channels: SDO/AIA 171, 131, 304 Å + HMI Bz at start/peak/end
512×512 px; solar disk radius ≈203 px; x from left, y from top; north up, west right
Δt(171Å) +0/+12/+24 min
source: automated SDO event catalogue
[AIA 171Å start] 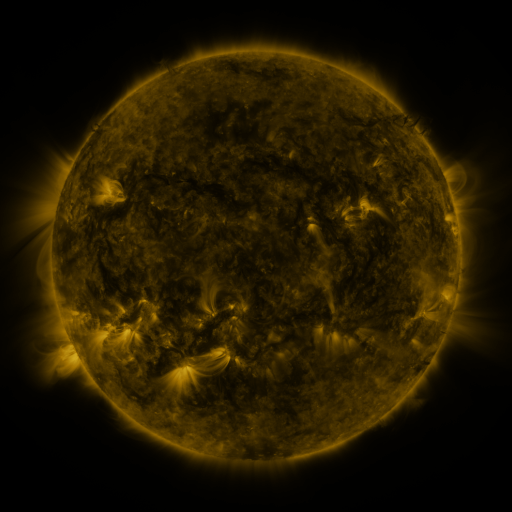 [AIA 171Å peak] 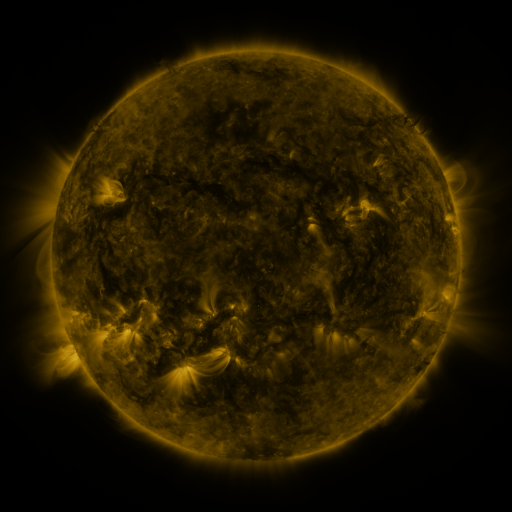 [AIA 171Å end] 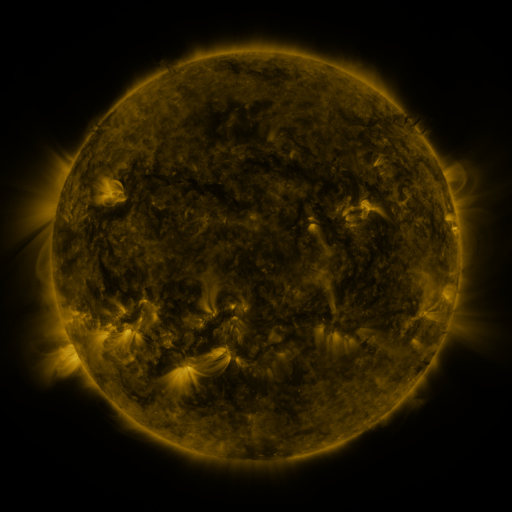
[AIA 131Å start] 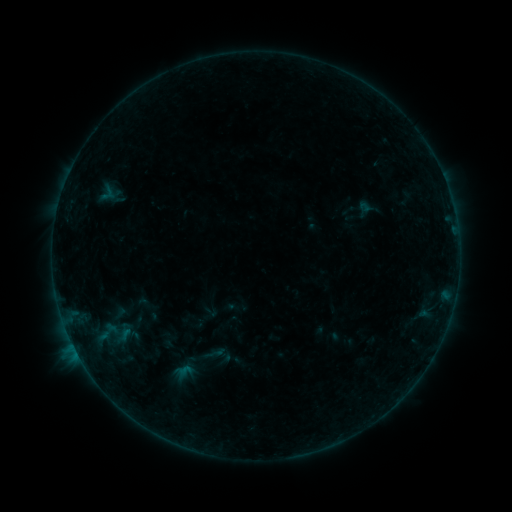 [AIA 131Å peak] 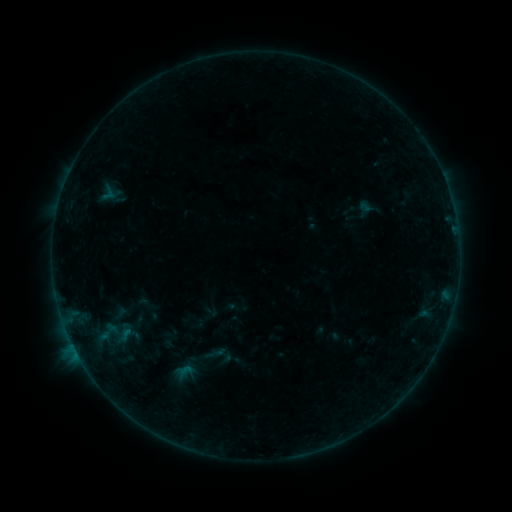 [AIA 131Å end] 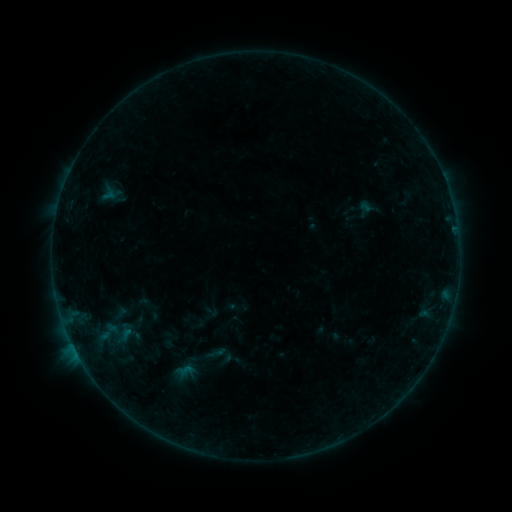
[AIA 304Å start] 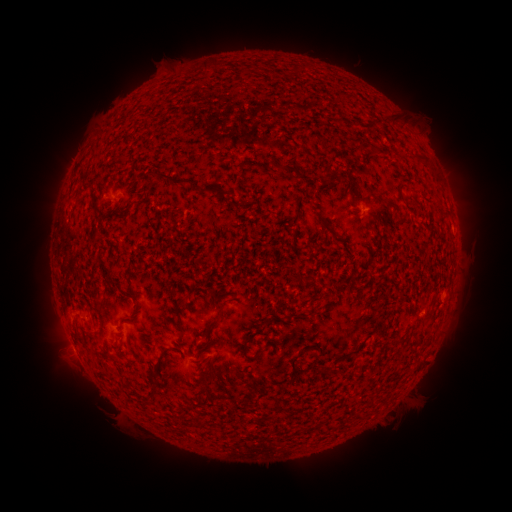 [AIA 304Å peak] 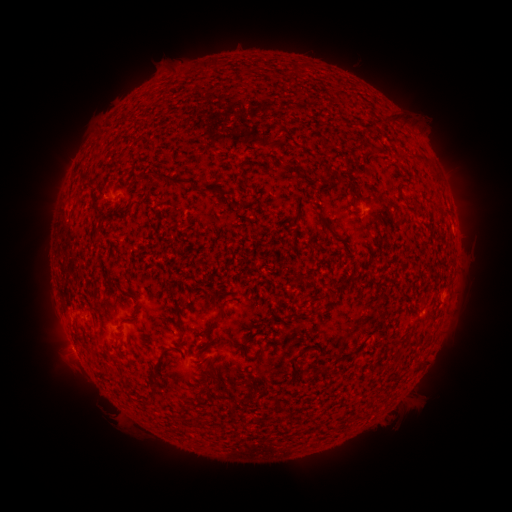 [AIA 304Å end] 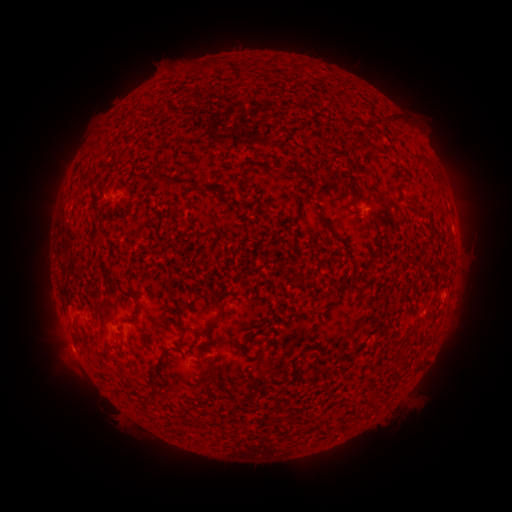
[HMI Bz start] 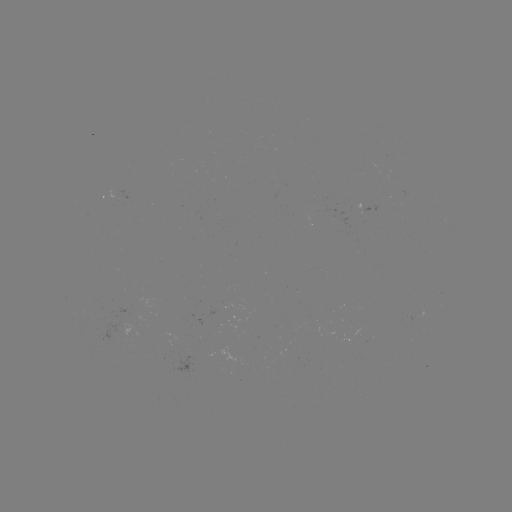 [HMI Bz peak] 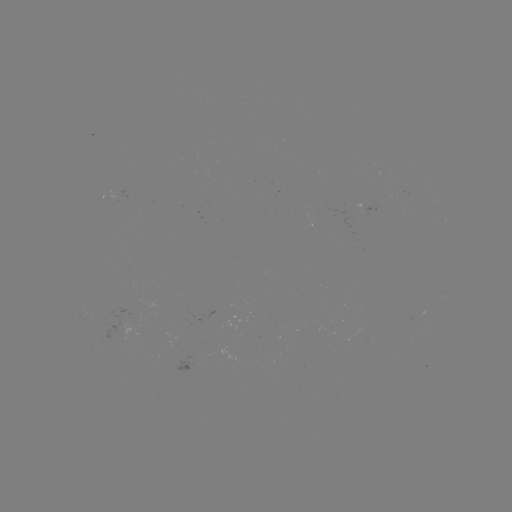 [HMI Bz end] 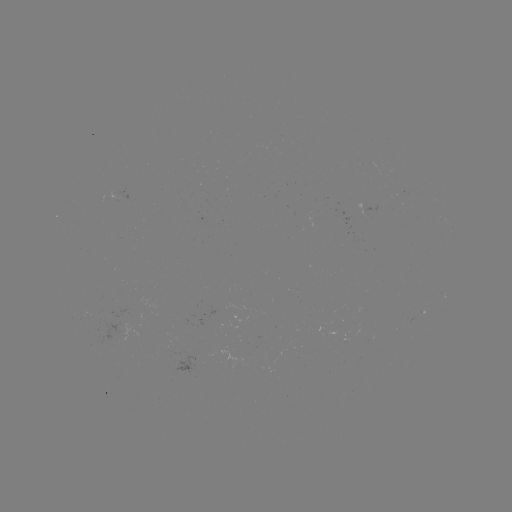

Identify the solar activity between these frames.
nothing was catalogued: no classed flare, no EUV trigger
